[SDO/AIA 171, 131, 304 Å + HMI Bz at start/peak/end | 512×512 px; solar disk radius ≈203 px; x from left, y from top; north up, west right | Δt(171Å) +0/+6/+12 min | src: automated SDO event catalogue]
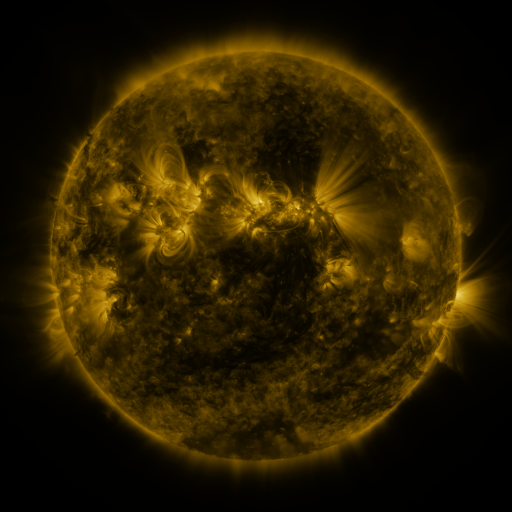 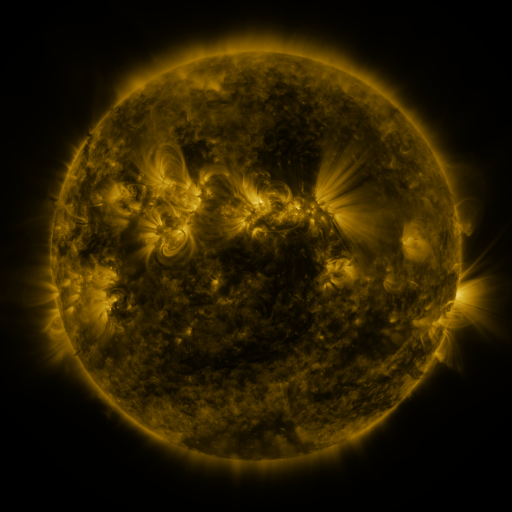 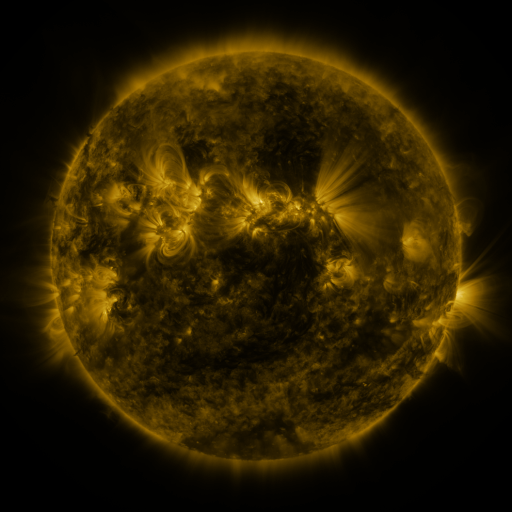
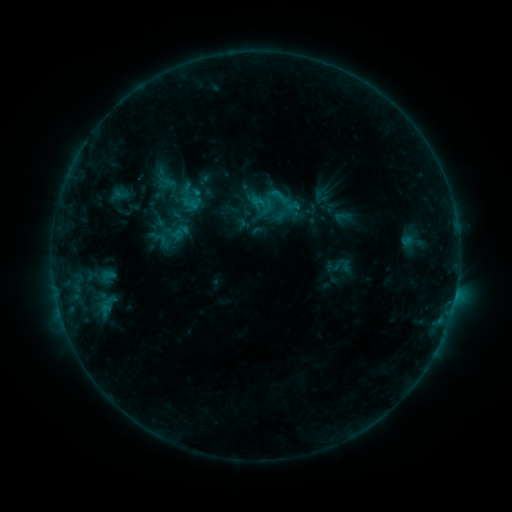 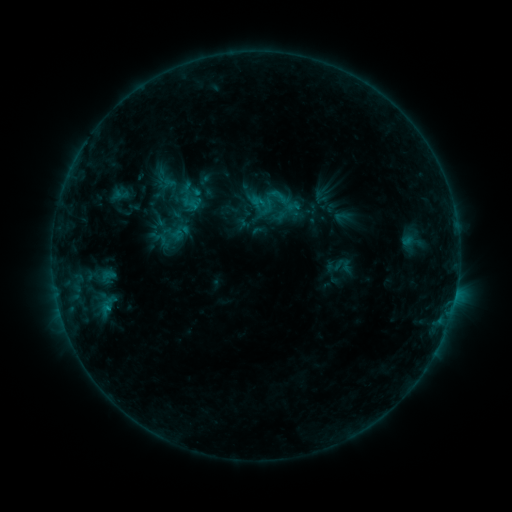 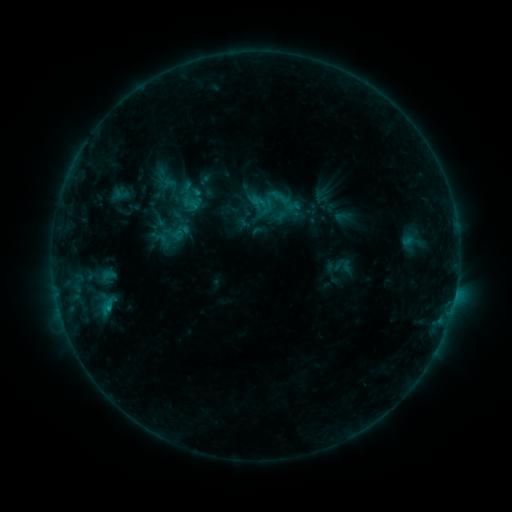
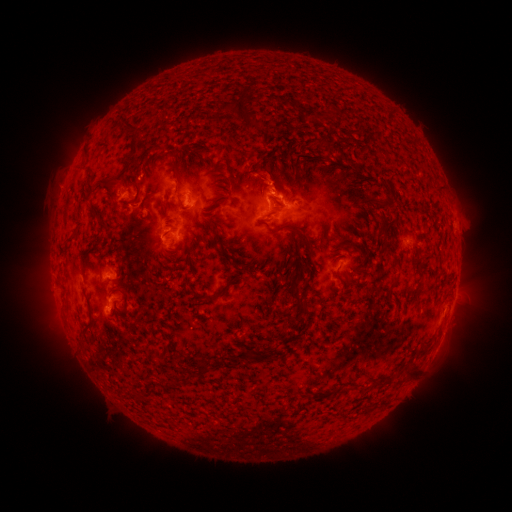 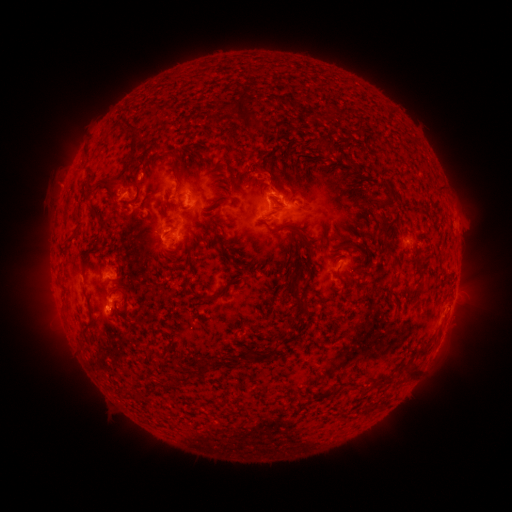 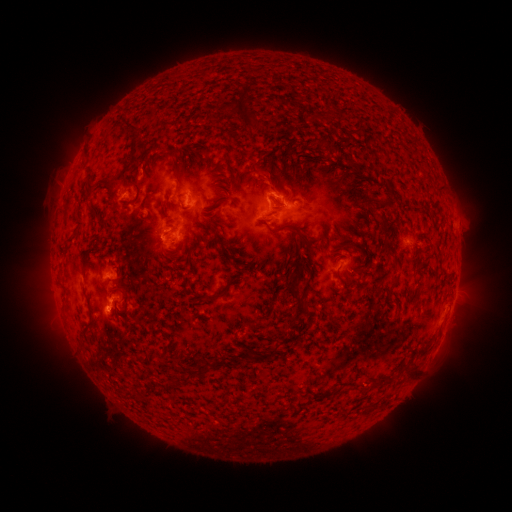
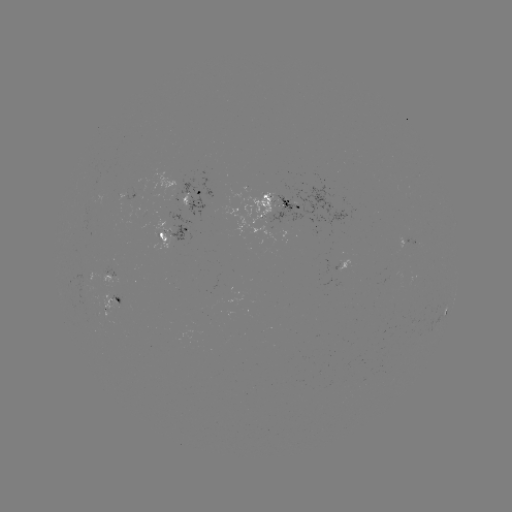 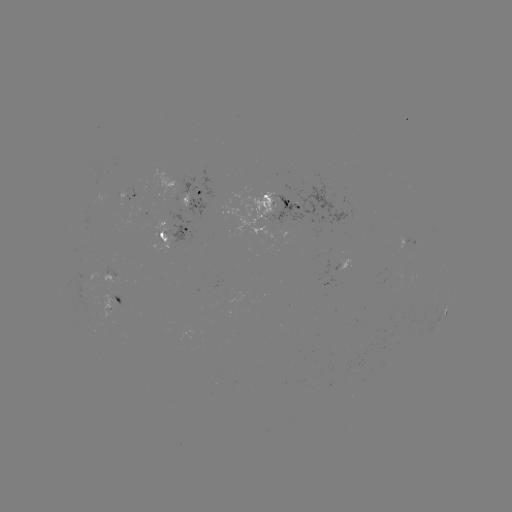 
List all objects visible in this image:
B7.0 flare: (109, 305)
